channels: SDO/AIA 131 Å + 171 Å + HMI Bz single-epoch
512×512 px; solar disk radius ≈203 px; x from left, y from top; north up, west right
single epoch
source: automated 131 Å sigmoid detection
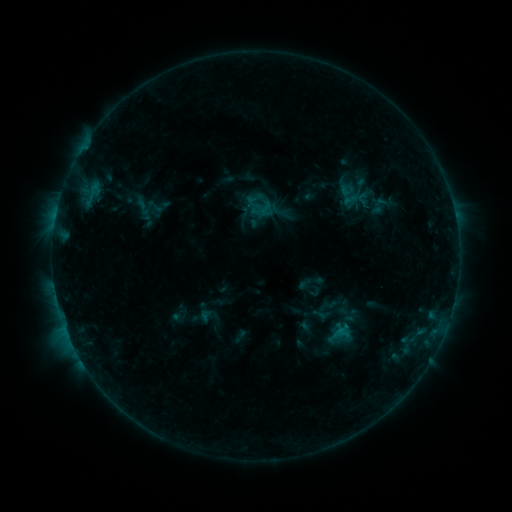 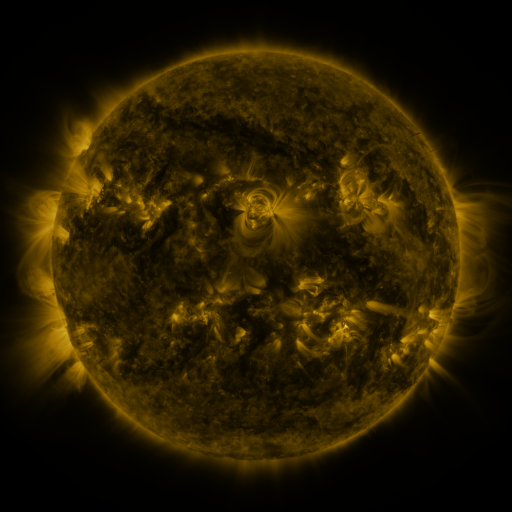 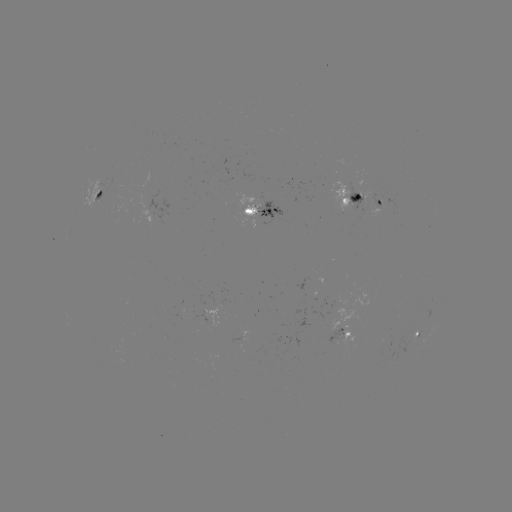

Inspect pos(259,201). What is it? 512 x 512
sigmoid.